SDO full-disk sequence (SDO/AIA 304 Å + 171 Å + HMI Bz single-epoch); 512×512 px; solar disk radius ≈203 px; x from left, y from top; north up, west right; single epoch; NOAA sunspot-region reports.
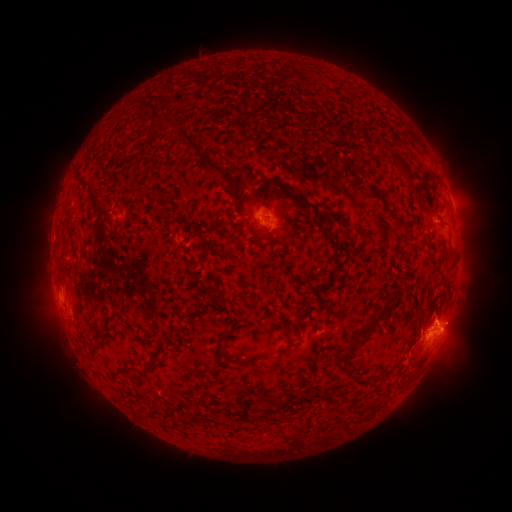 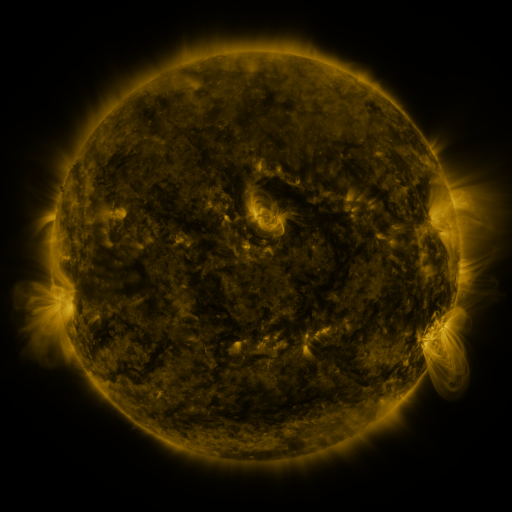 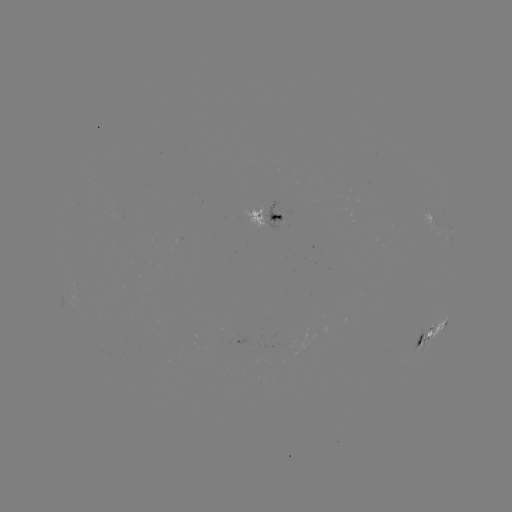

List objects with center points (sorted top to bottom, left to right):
spotted active region: (269, 219)
spotted active region: (444, 228)
spotted active region: (437, 323)
